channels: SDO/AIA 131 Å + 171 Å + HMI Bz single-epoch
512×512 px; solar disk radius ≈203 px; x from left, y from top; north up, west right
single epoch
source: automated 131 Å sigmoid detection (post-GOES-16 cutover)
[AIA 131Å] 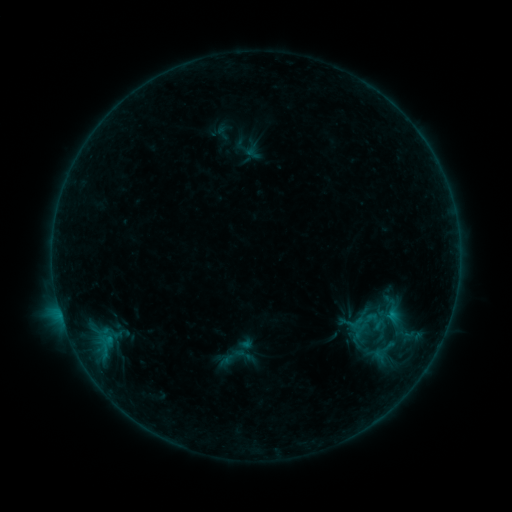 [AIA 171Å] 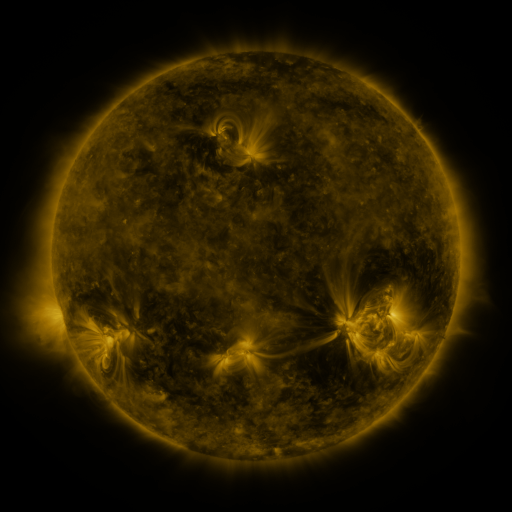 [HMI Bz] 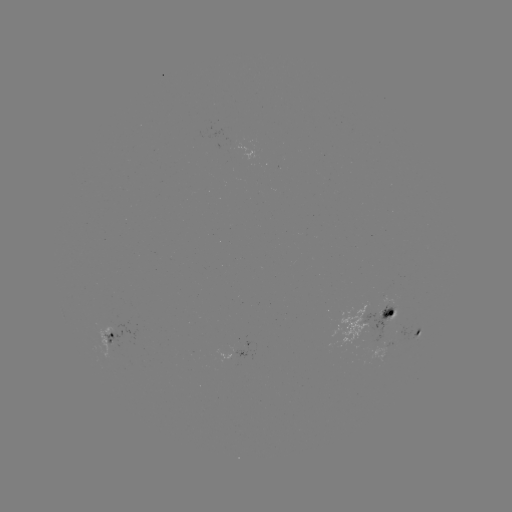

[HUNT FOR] sigmoid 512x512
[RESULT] (233, 356)